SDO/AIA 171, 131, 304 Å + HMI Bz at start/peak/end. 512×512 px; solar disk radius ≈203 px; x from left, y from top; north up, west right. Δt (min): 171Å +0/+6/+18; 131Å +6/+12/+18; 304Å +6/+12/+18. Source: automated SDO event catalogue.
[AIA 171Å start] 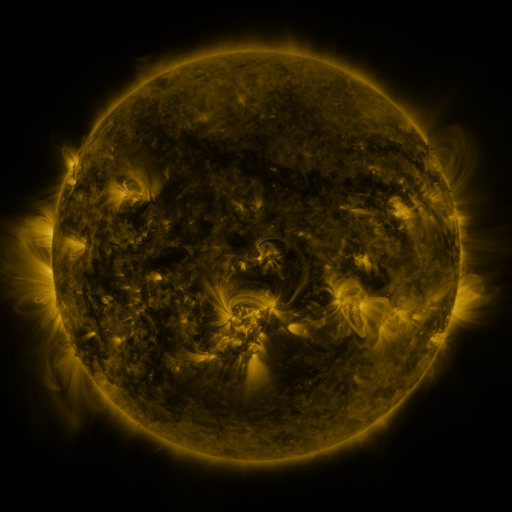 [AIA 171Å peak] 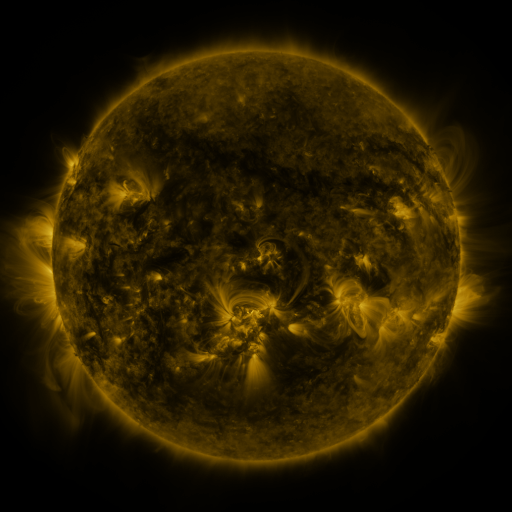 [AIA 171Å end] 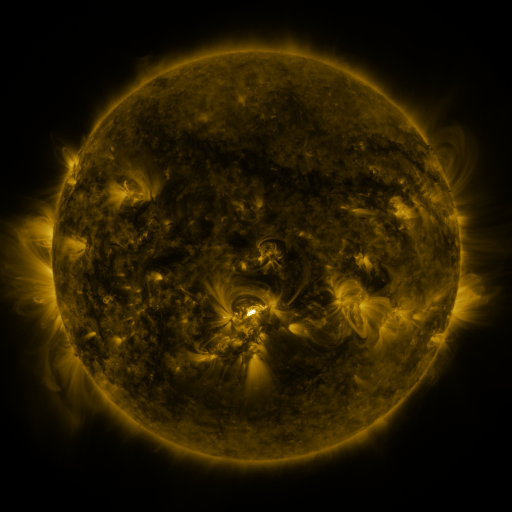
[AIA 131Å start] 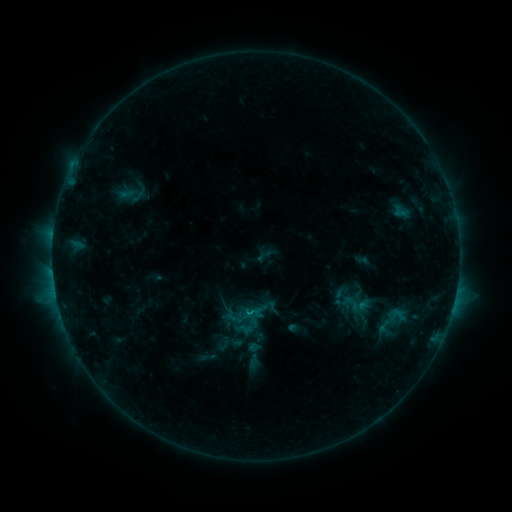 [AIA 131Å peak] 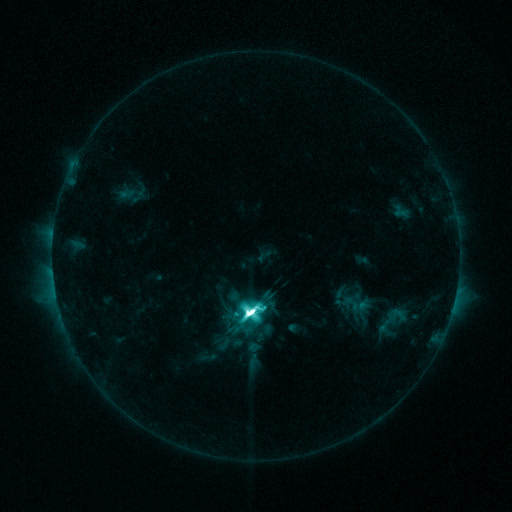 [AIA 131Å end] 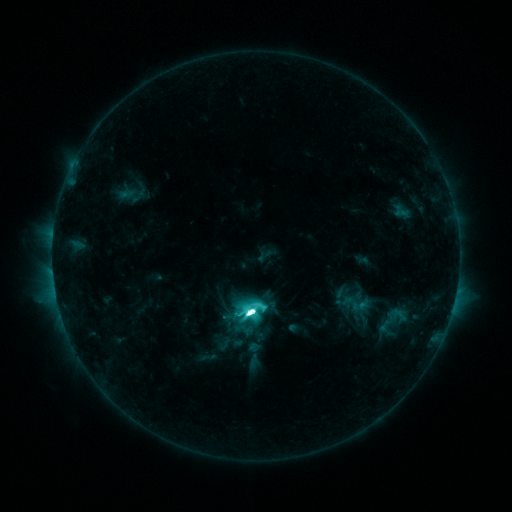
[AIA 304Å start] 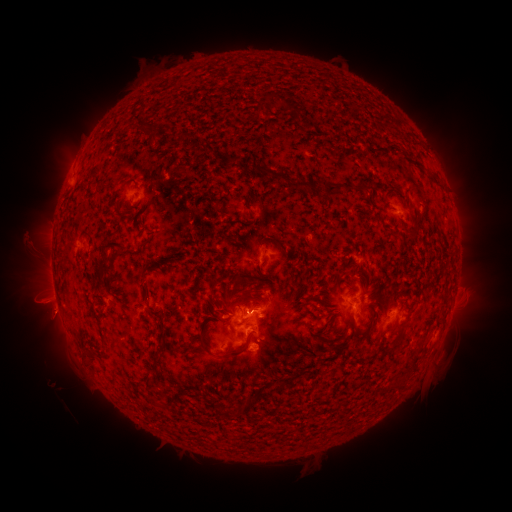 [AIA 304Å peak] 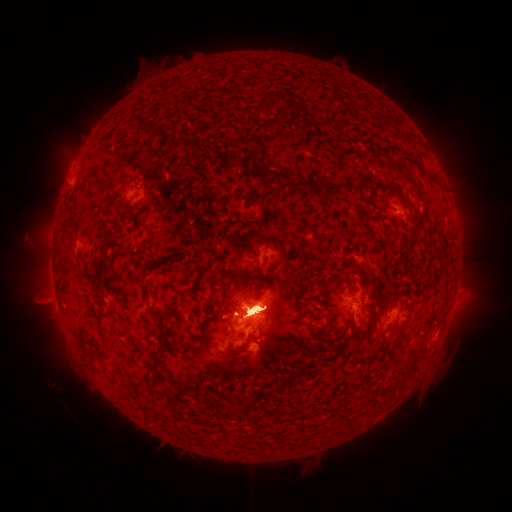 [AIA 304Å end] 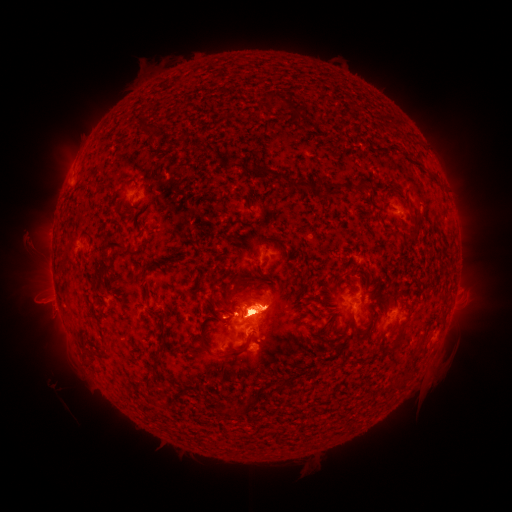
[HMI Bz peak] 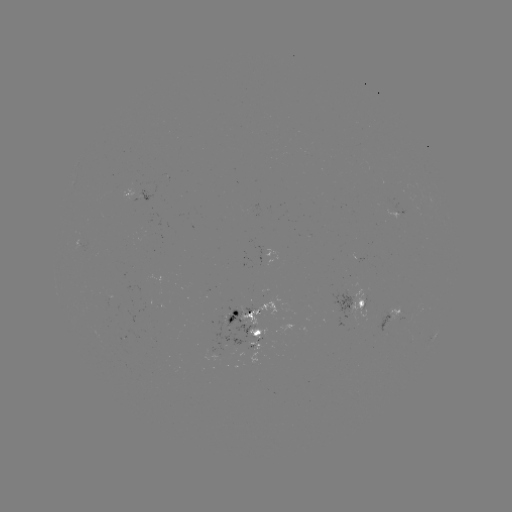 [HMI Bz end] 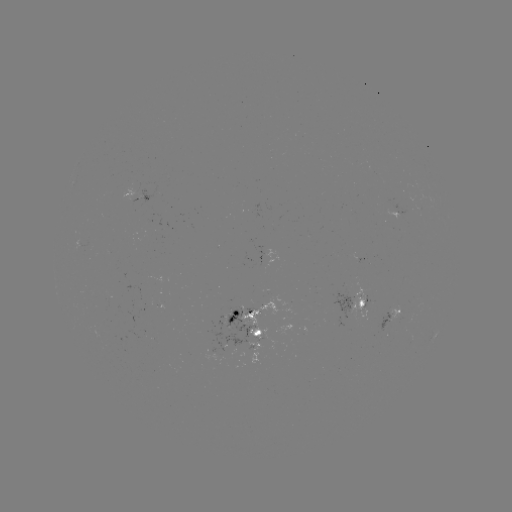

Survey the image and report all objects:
M6.3 flare: (252, 313)
